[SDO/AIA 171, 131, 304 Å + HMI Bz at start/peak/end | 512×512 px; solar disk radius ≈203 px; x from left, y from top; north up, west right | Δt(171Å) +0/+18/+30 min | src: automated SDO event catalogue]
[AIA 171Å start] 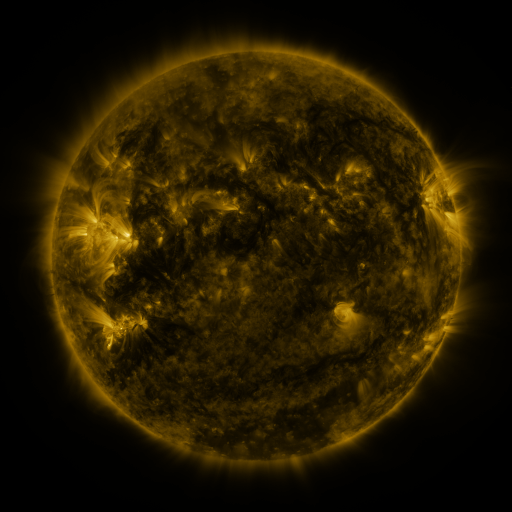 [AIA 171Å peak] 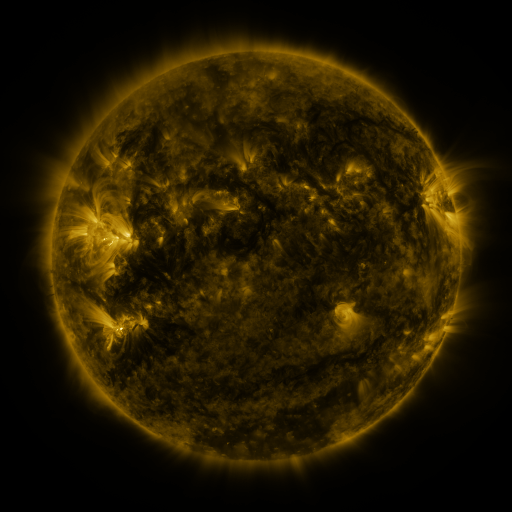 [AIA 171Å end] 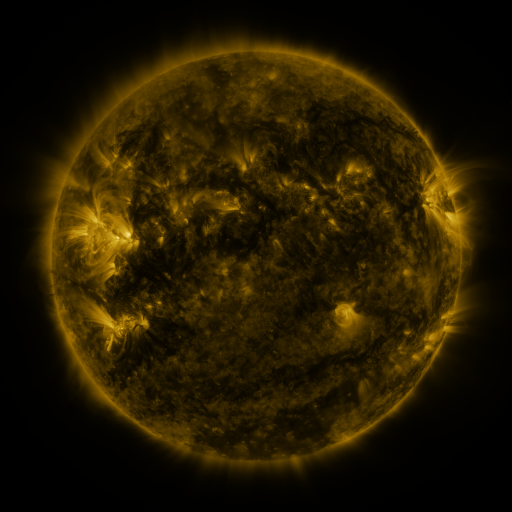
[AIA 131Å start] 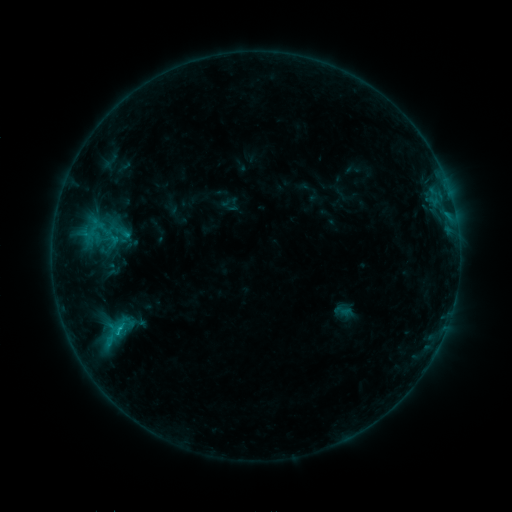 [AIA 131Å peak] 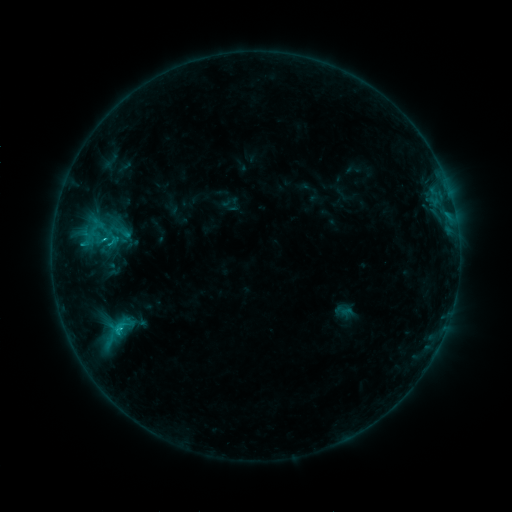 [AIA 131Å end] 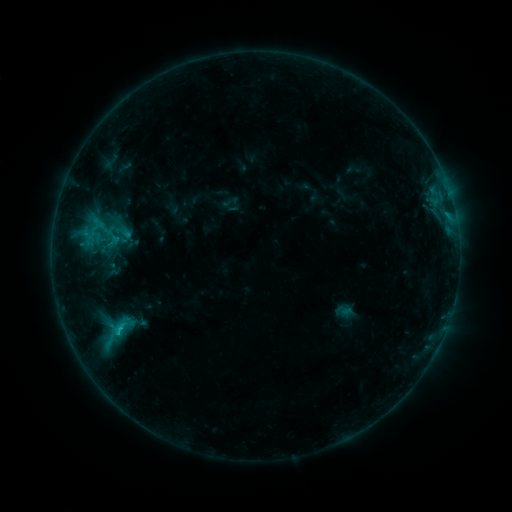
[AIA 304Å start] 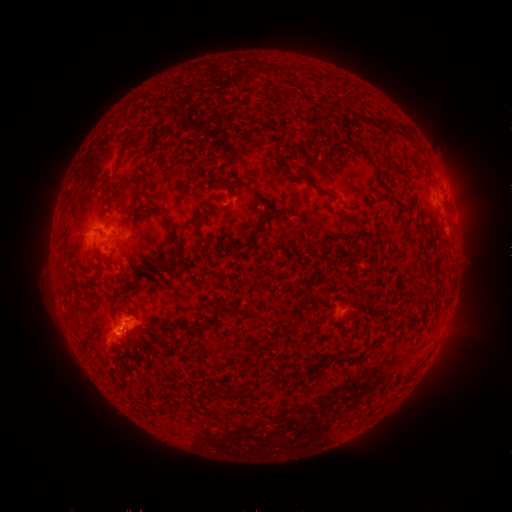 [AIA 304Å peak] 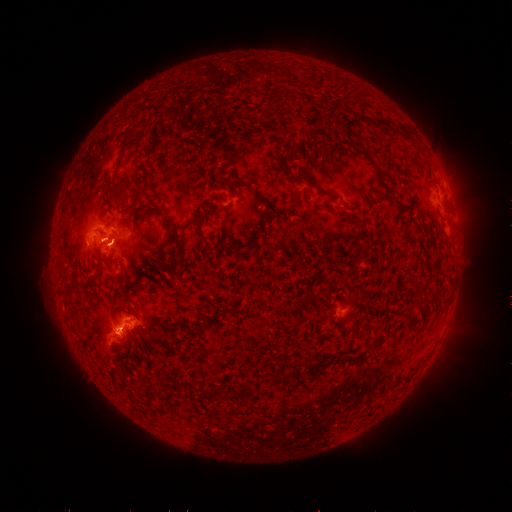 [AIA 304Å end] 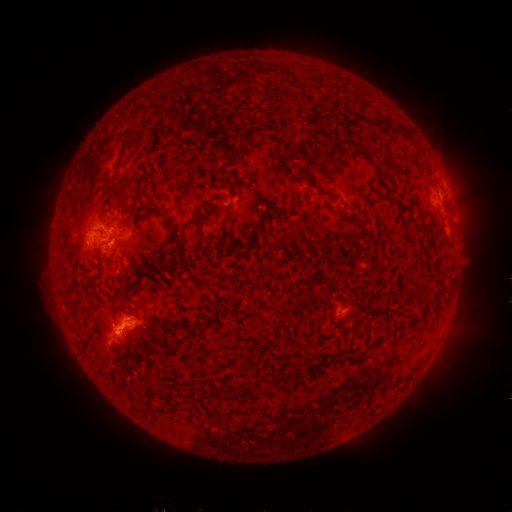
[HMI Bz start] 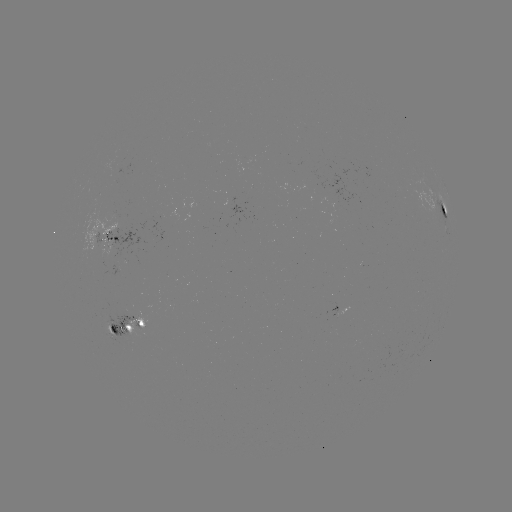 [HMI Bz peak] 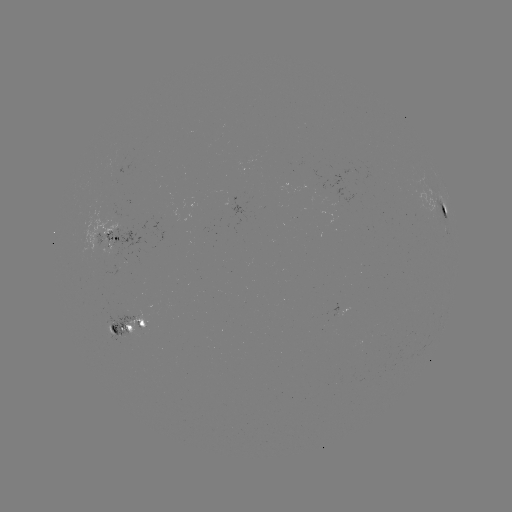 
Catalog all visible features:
C2.0 flare: (107, 240)
